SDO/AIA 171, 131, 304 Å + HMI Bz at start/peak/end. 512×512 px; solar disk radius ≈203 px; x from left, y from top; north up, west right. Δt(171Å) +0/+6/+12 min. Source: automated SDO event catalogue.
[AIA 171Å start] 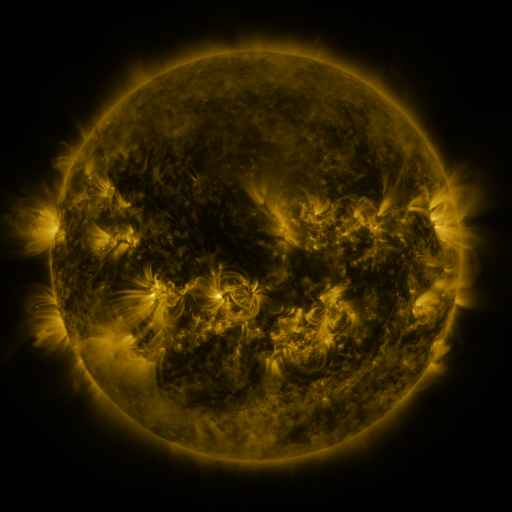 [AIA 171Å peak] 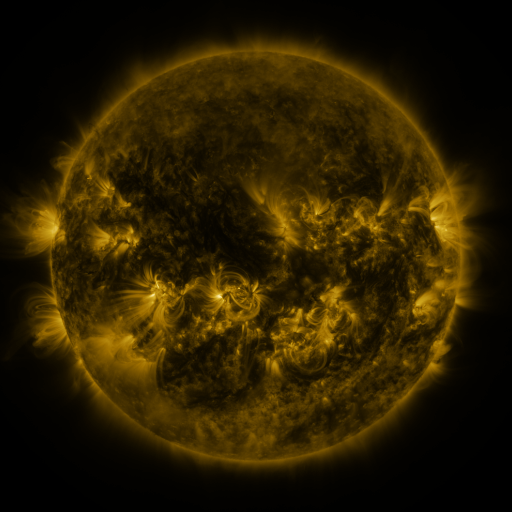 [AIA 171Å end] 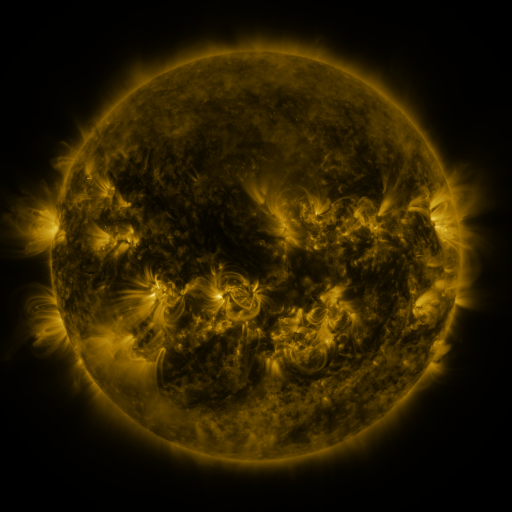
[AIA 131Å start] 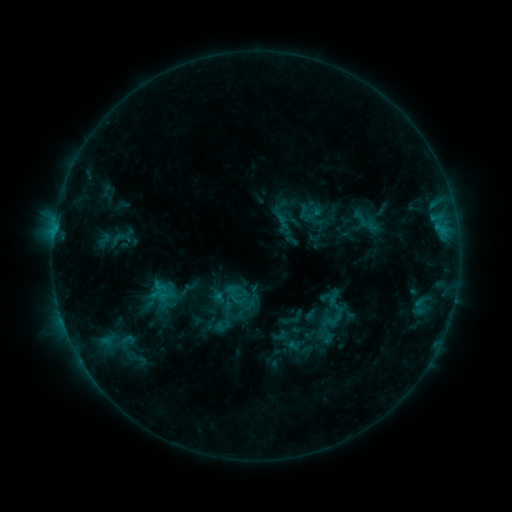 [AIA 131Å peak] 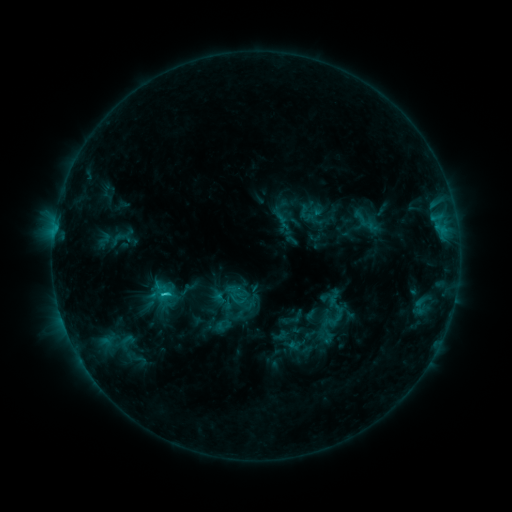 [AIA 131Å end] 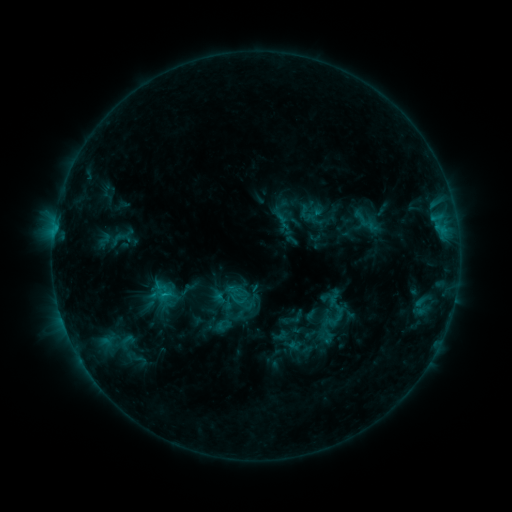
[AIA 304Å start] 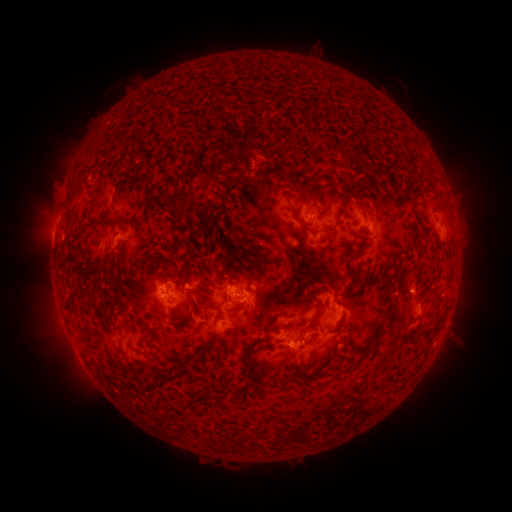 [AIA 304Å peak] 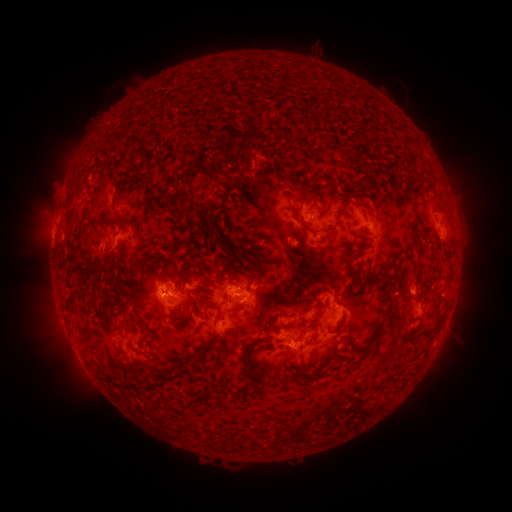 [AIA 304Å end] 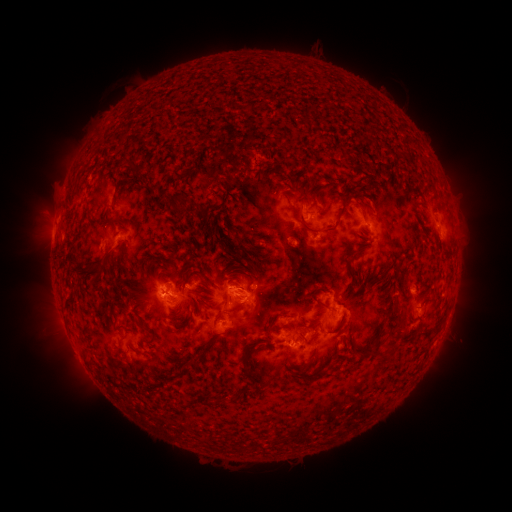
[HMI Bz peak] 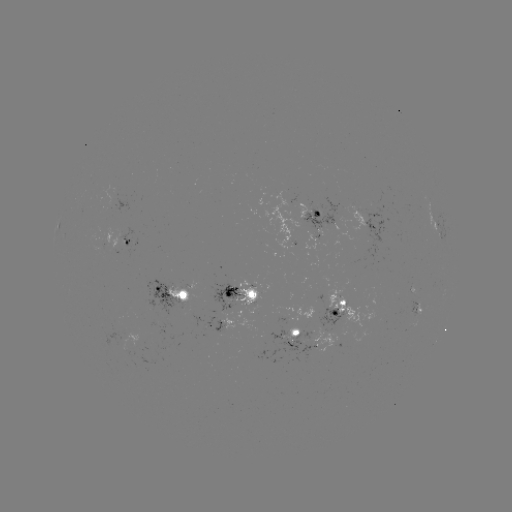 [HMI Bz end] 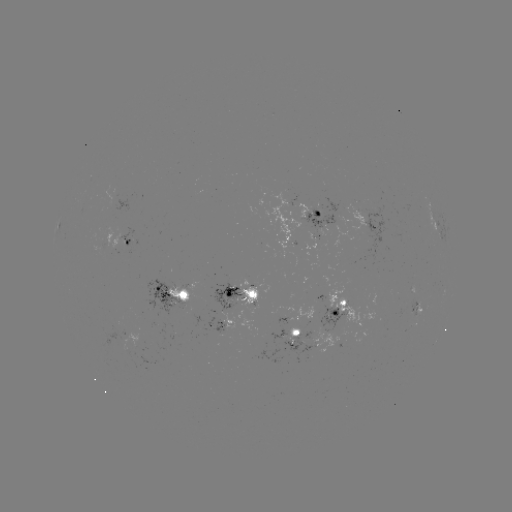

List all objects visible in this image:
C1.6 flare: (164, 291)
